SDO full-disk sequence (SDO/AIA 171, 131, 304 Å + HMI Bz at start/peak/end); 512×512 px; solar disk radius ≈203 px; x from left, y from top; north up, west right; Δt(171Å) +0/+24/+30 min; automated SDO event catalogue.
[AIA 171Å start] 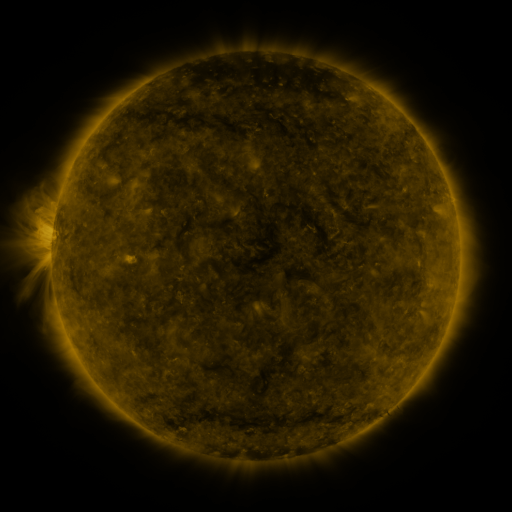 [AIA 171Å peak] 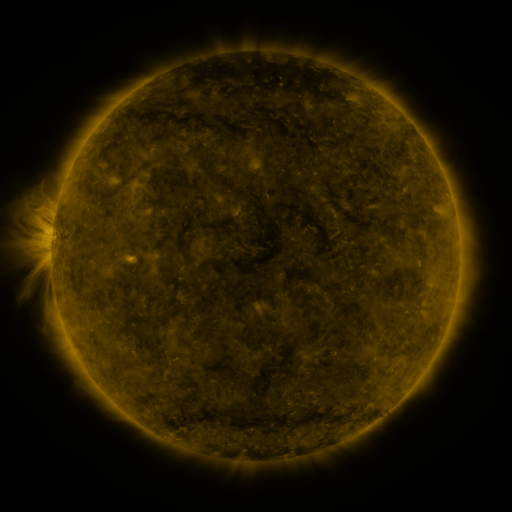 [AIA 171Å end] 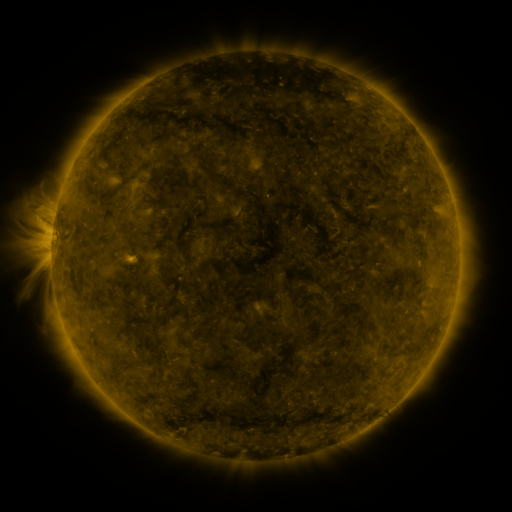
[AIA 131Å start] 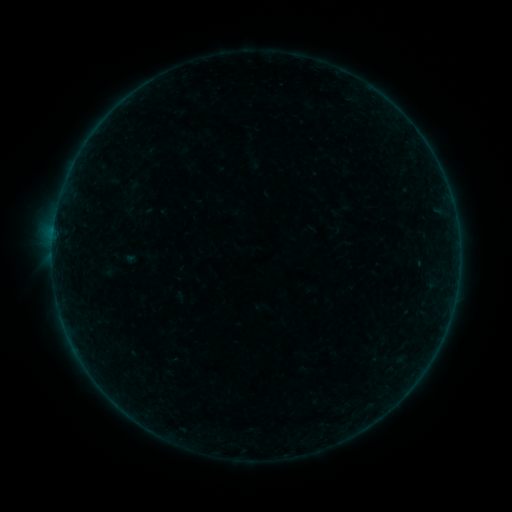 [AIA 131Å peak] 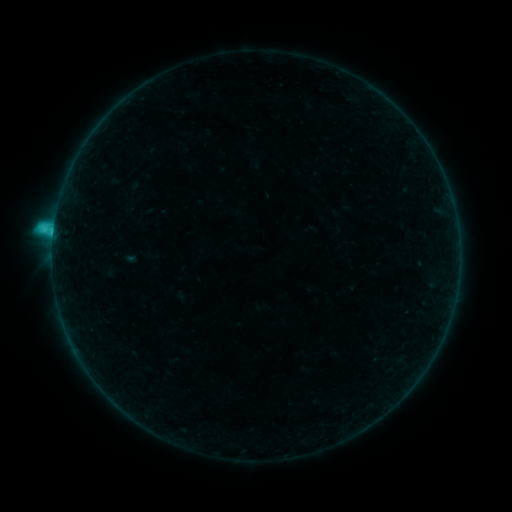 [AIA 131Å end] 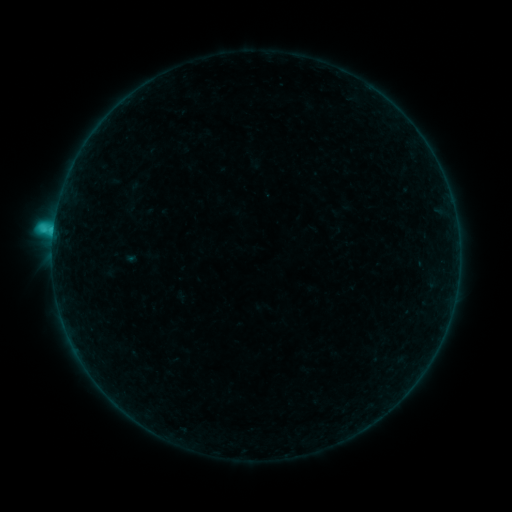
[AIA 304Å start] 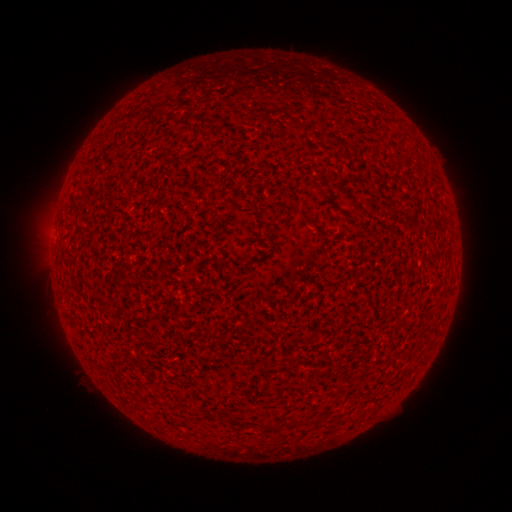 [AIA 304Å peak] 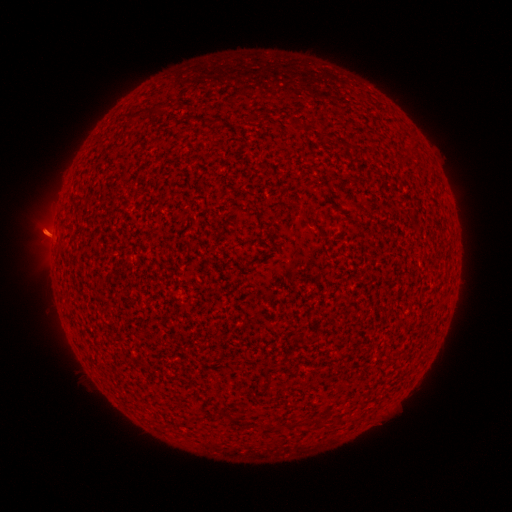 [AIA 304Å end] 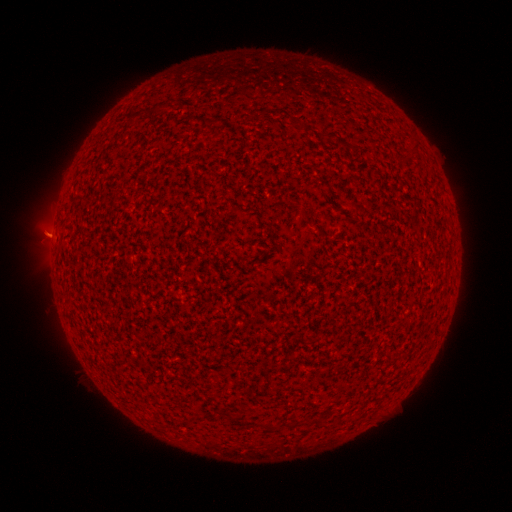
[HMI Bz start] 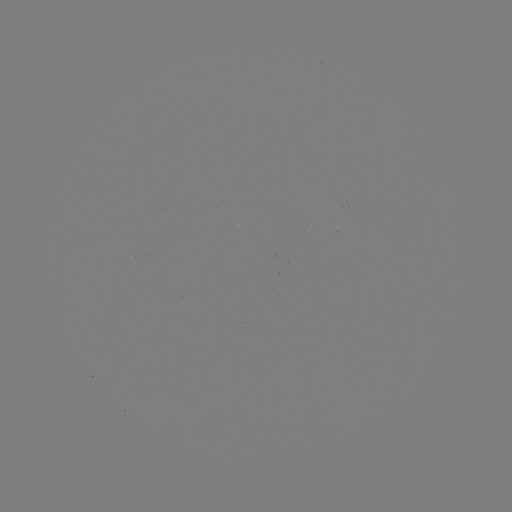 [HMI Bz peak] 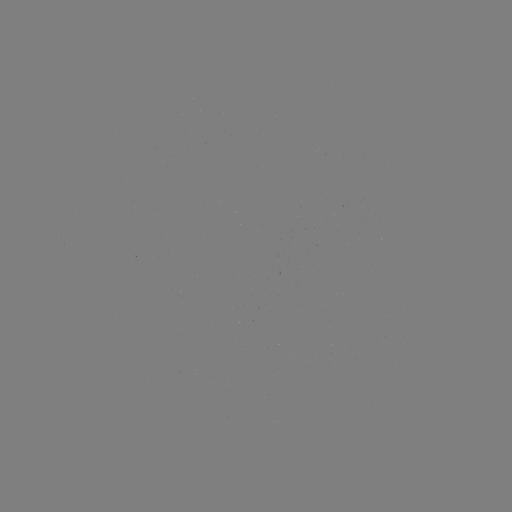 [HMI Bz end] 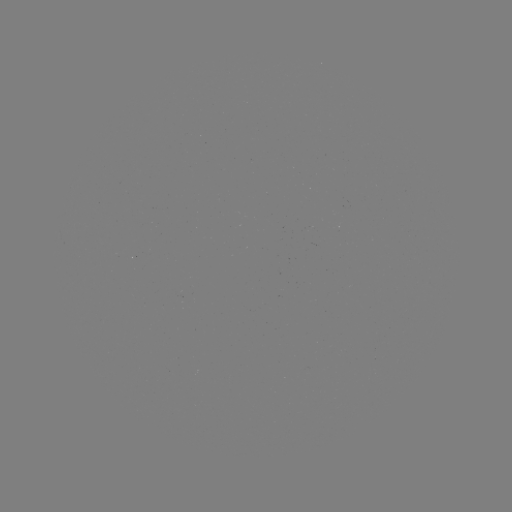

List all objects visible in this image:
C1.6 flare: (54, 231)
